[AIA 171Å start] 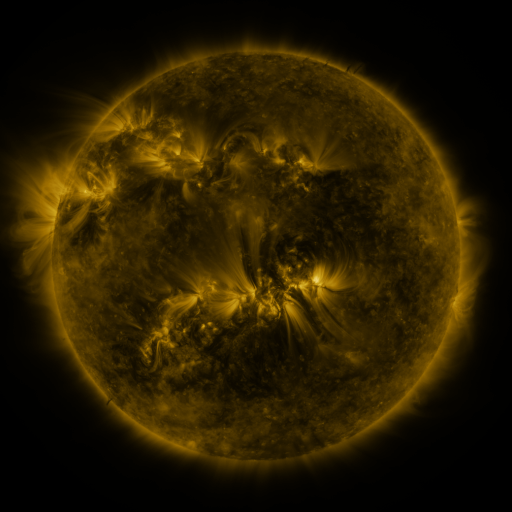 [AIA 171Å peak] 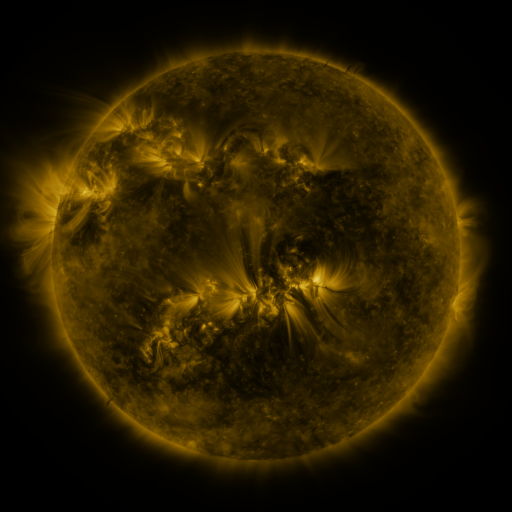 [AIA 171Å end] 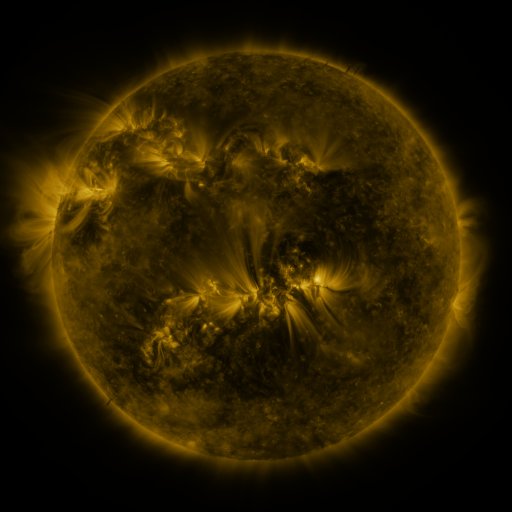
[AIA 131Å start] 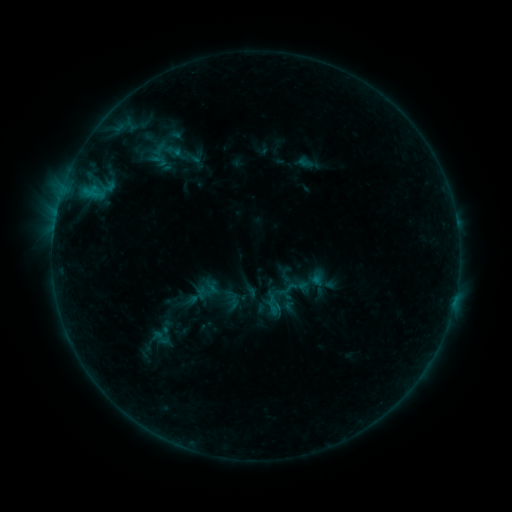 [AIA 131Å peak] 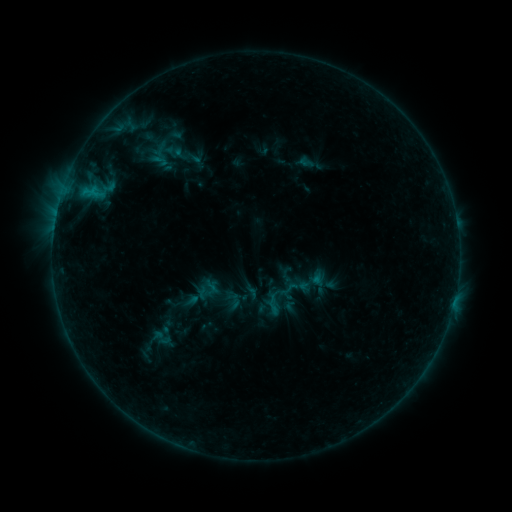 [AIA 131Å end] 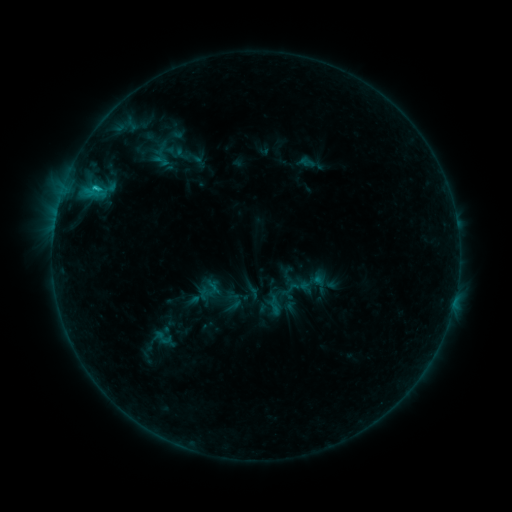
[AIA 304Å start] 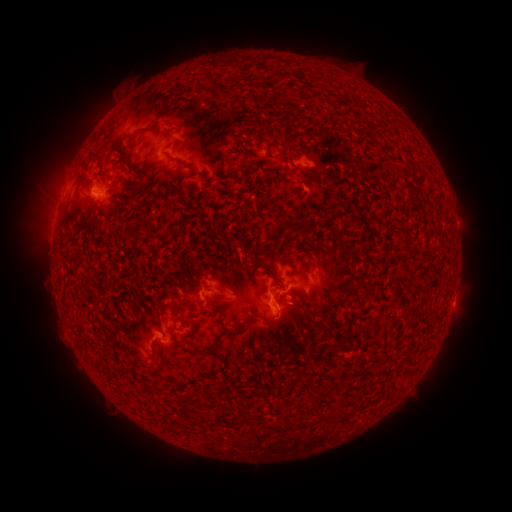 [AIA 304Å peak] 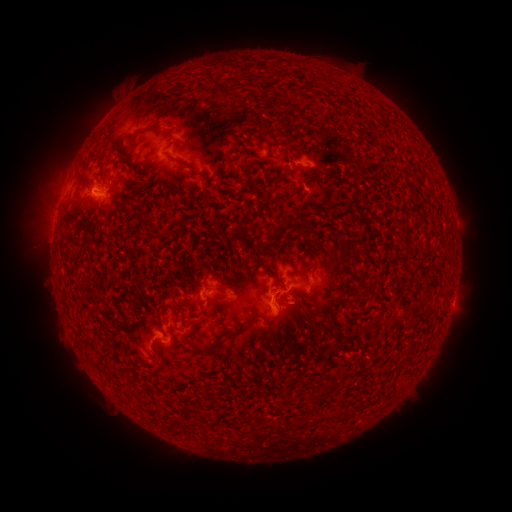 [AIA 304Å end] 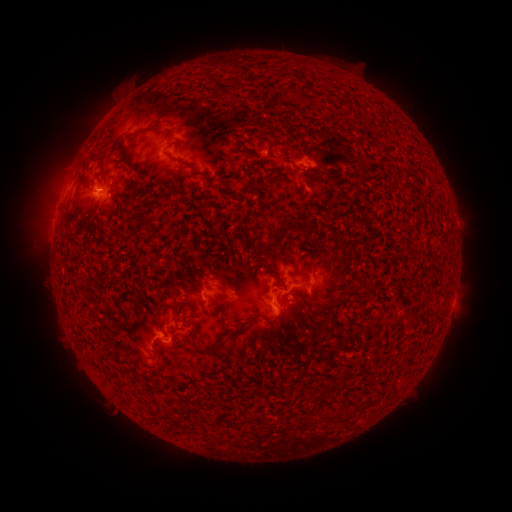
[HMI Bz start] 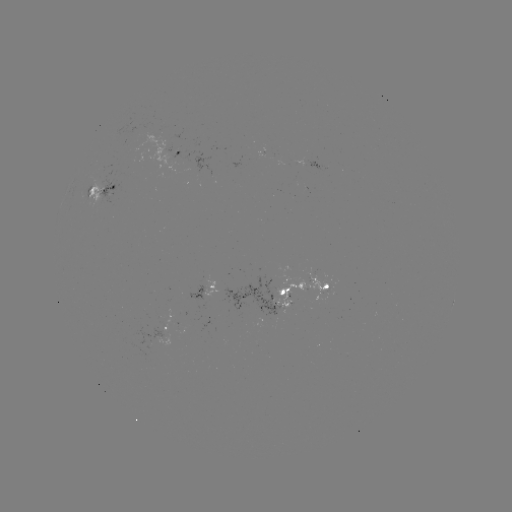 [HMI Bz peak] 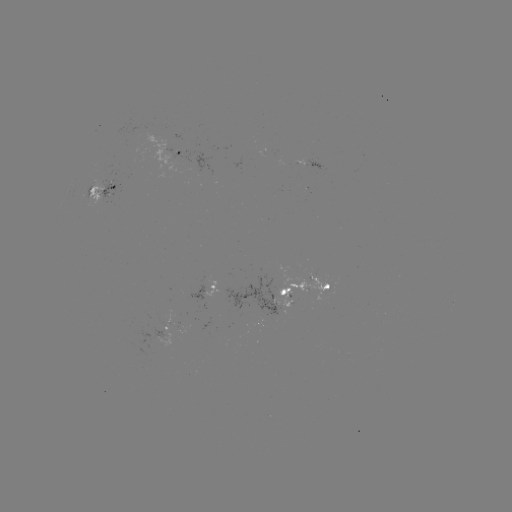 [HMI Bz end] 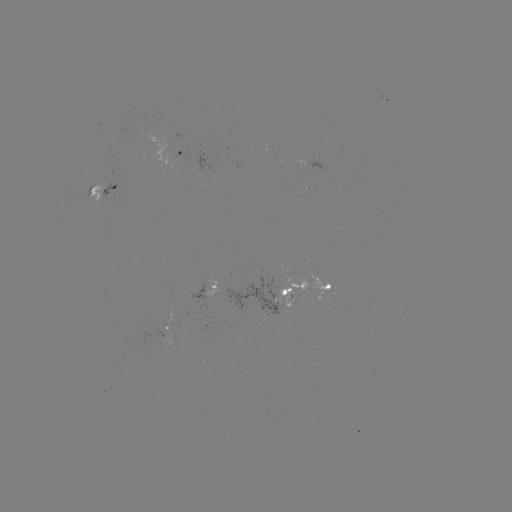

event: emerging-flux region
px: (266, 298)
